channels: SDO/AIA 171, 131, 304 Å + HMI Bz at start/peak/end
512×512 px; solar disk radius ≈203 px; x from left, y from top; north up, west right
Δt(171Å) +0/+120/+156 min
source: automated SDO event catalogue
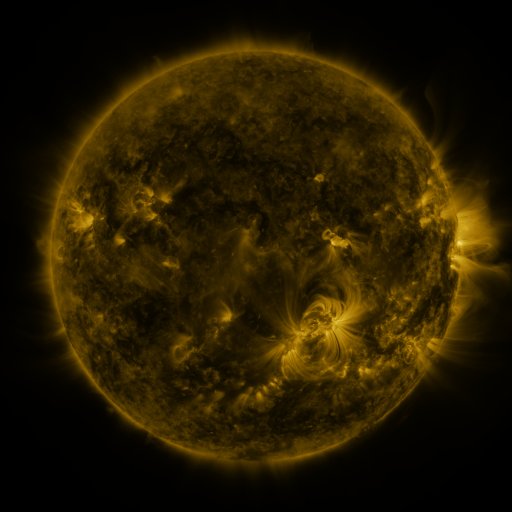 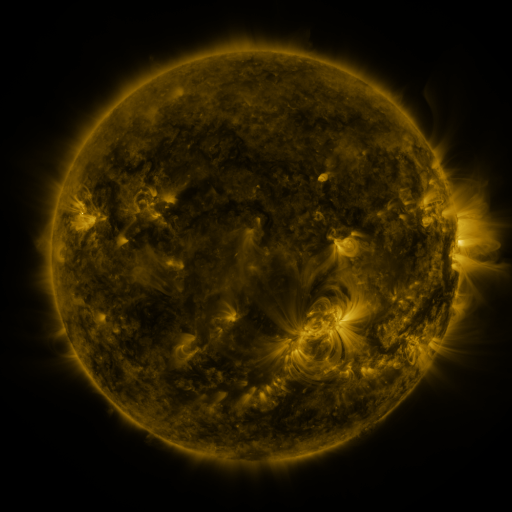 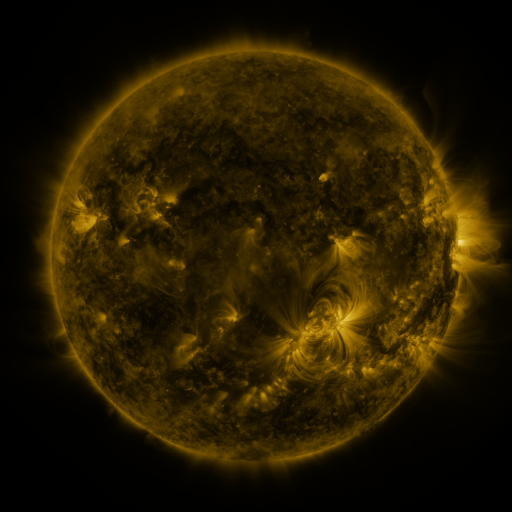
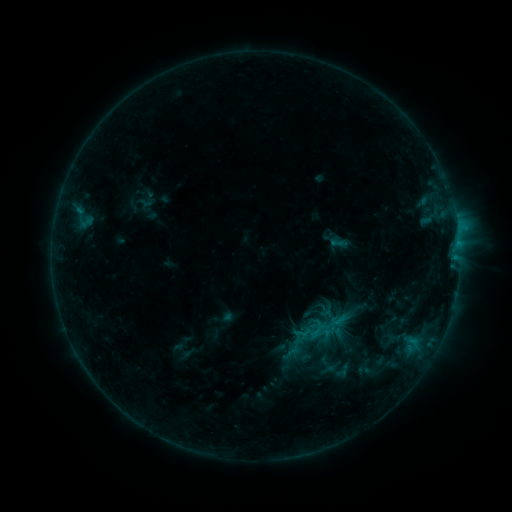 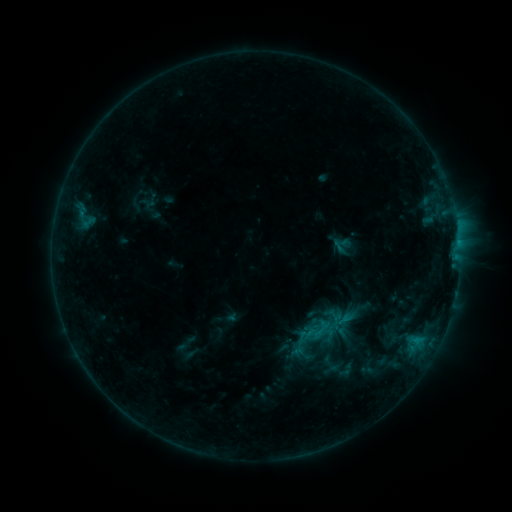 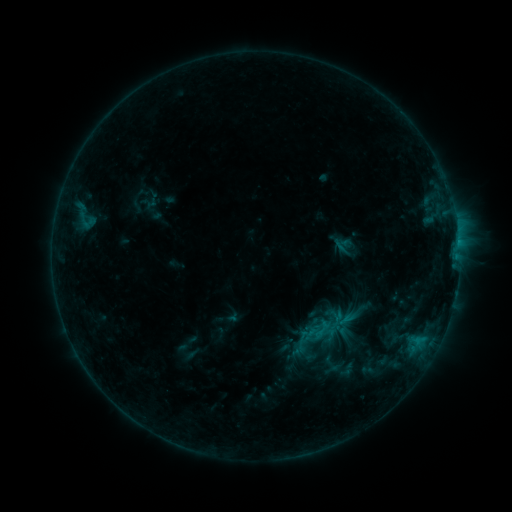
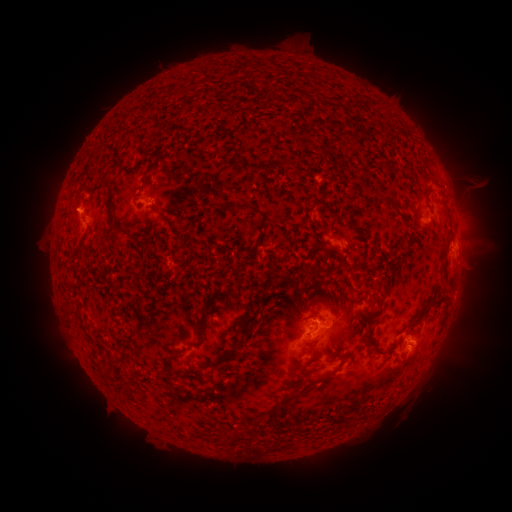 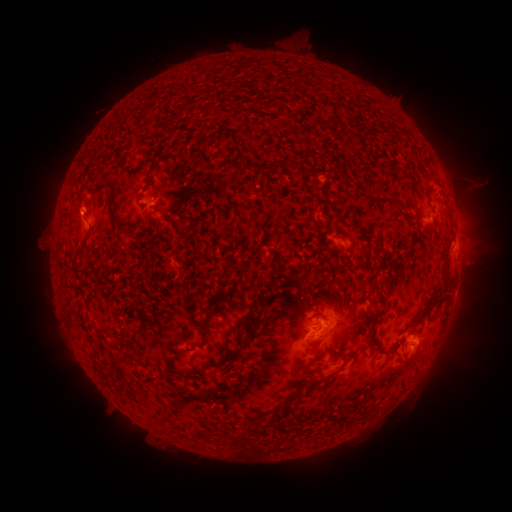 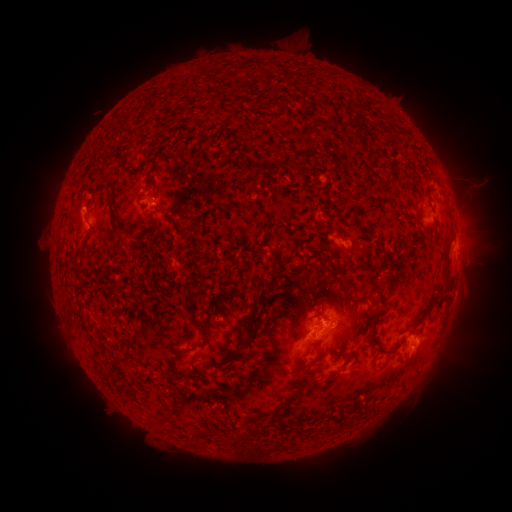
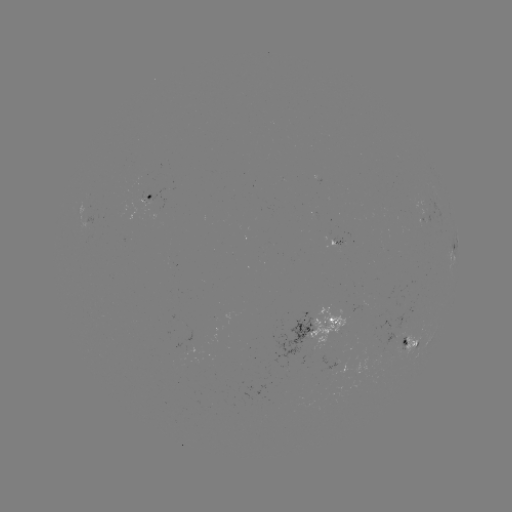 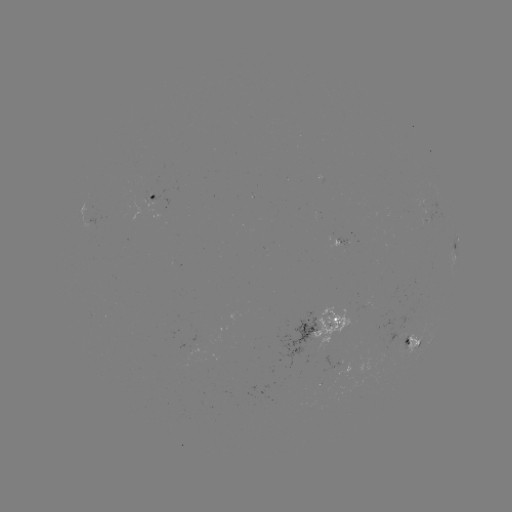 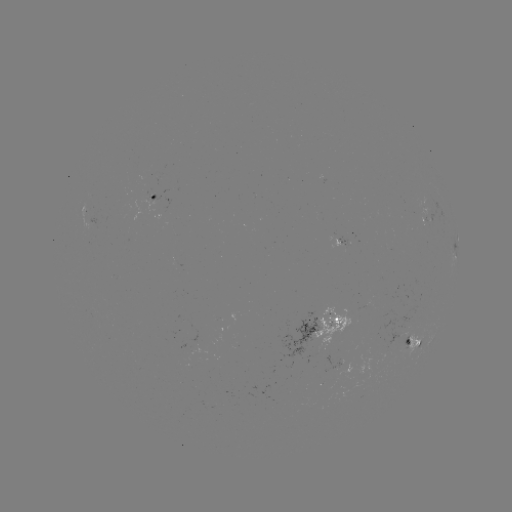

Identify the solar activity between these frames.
emerging-flux region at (147, 201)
